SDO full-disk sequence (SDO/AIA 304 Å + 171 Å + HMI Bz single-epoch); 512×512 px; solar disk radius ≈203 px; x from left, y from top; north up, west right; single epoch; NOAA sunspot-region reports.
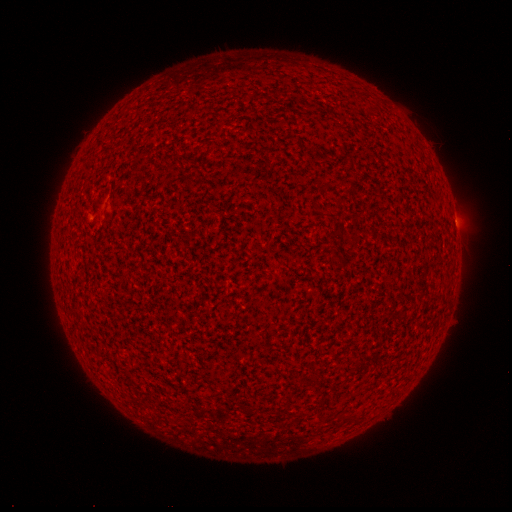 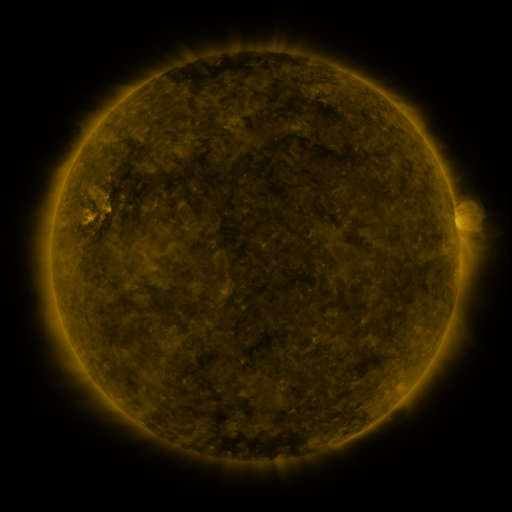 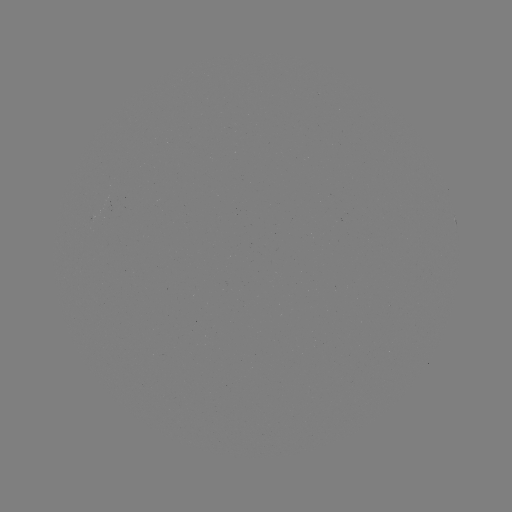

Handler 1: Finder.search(spotted active region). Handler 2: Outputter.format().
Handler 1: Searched spotted active region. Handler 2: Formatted (455, 223).